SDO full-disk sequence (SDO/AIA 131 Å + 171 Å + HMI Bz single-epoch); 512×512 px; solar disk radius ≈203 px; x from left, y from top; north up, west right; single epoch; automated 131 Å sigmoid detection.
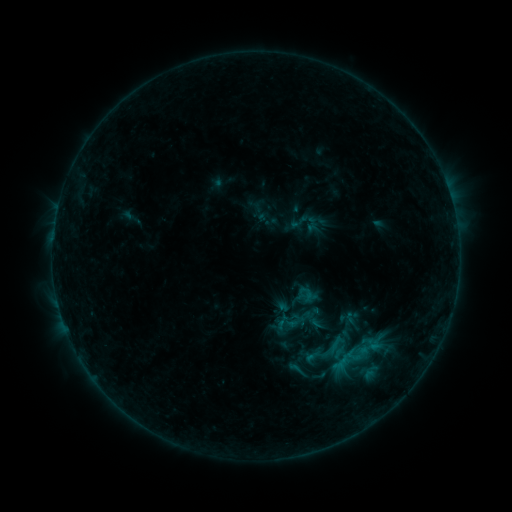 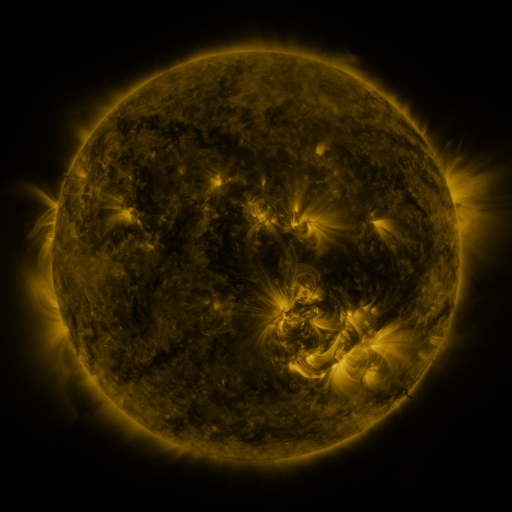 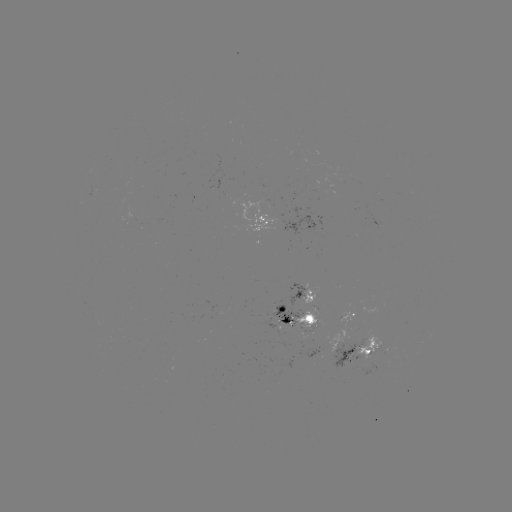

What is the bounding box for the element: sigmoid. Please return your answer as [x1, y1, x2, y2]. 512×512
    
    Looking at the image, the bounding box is [271, 314, 292, 335].